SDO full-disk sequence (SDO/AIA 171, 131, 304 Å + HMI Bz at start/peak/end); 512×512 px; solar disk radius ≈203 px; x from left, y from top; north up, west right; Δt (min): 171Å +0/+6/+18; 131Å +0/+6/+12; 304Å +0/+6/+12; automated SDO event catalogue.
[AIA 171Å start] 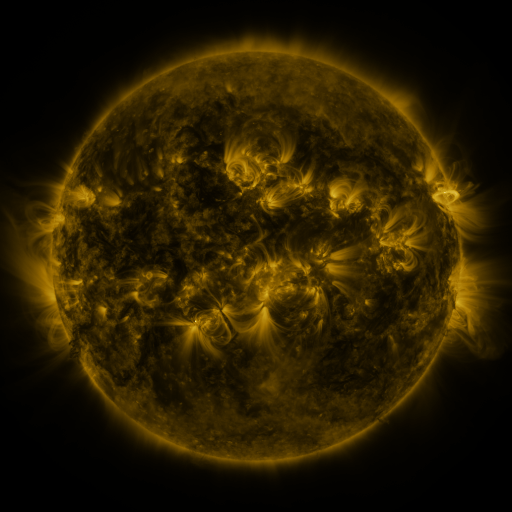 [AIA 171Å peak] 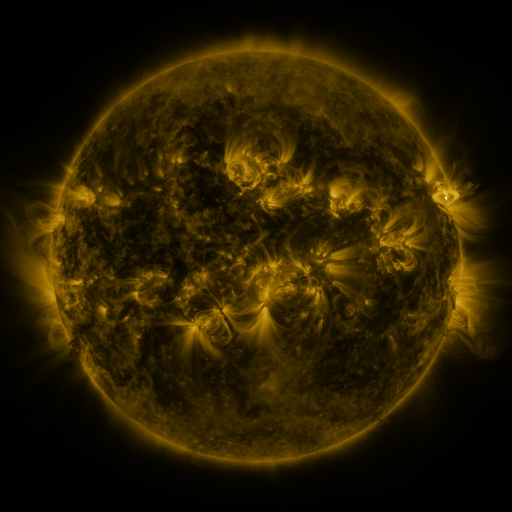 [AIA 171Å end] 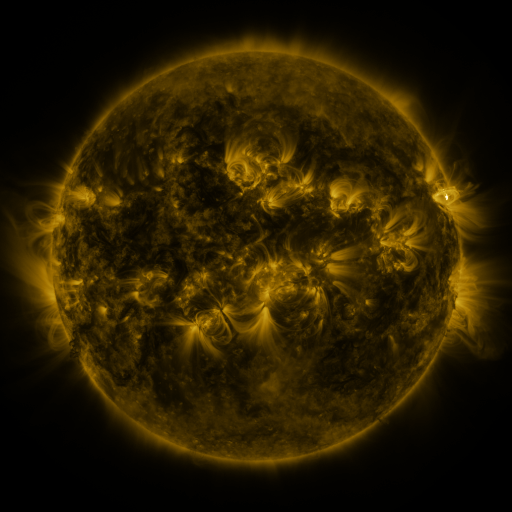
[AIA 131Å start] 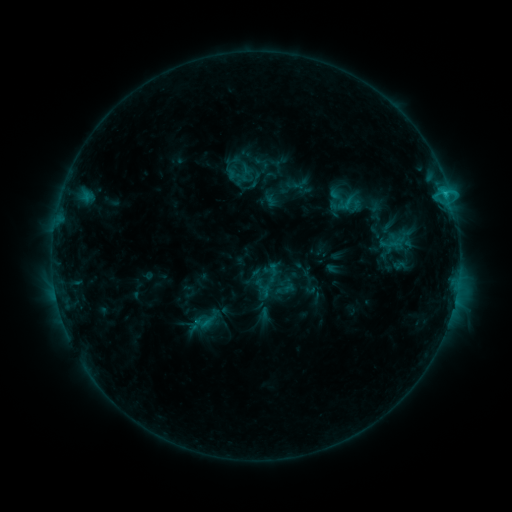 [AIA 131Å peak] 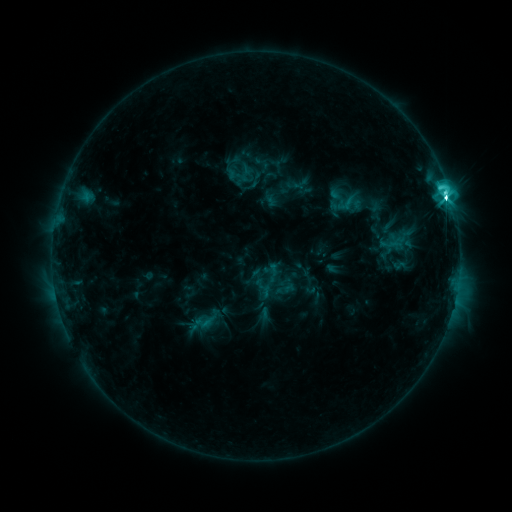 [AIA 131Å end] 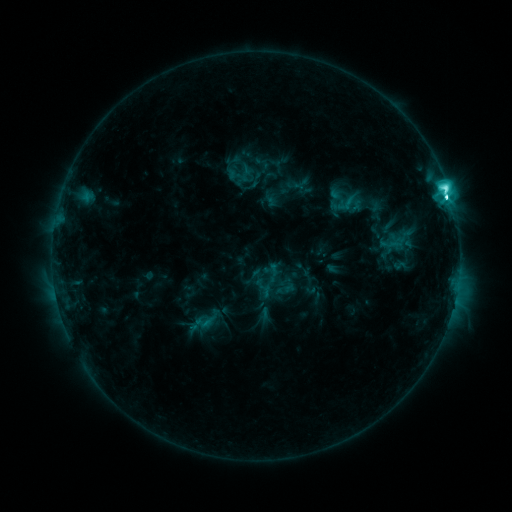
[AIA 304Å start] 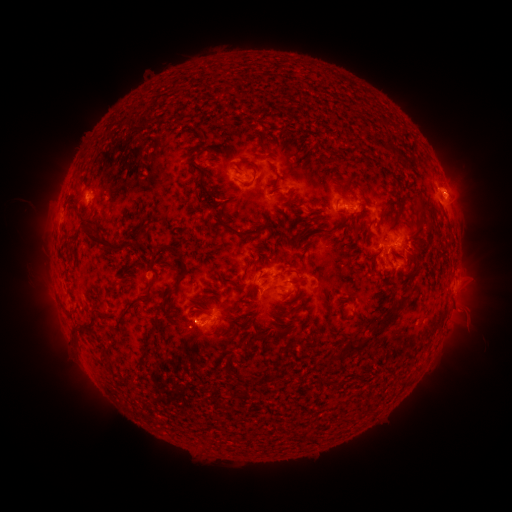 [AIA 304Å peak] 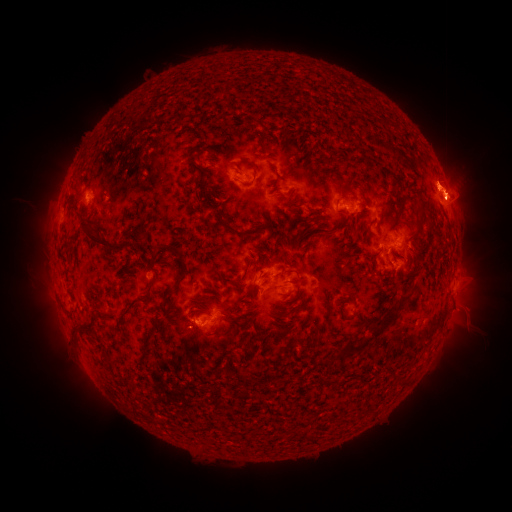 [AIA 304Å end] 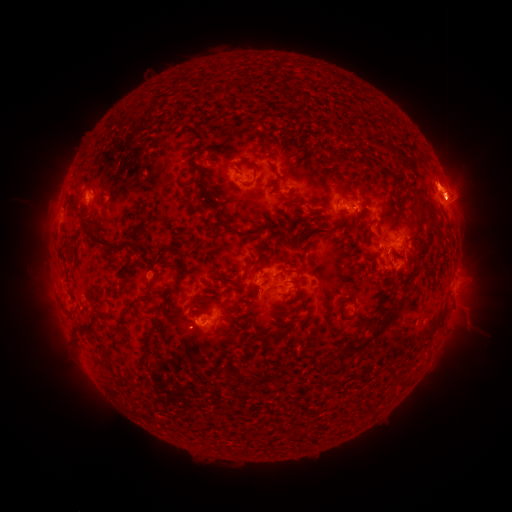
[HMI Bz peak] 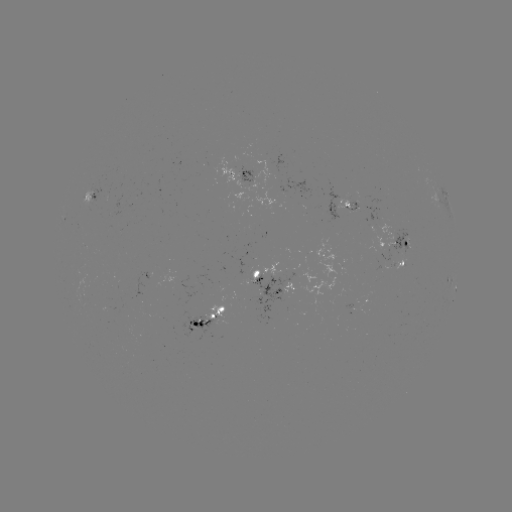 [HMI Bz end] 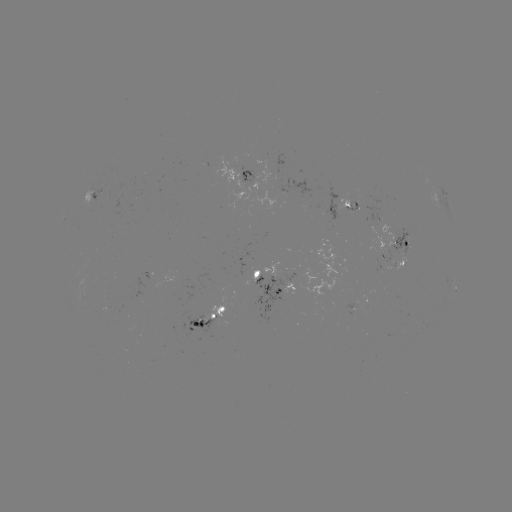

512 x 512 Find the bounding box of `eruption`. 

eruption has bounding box [402, 153, 492, 243].